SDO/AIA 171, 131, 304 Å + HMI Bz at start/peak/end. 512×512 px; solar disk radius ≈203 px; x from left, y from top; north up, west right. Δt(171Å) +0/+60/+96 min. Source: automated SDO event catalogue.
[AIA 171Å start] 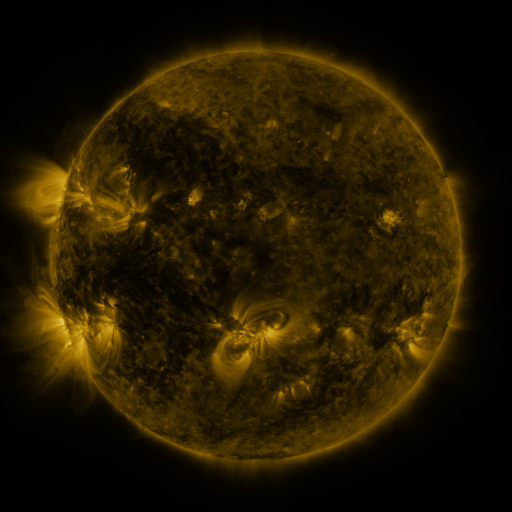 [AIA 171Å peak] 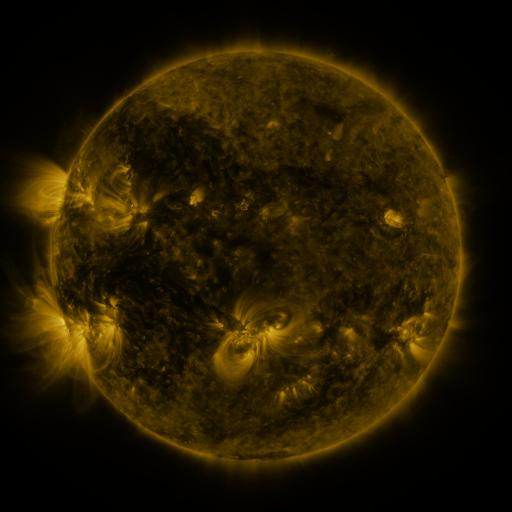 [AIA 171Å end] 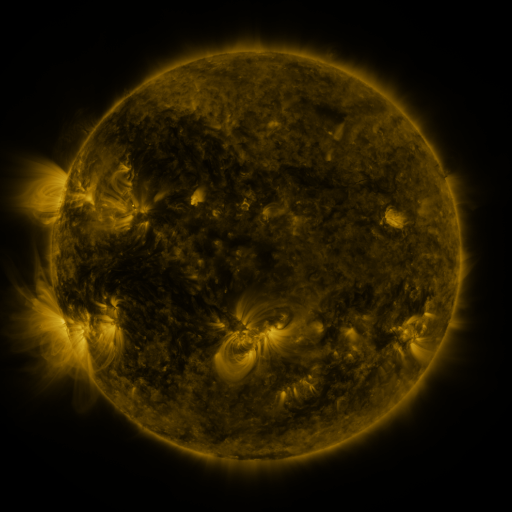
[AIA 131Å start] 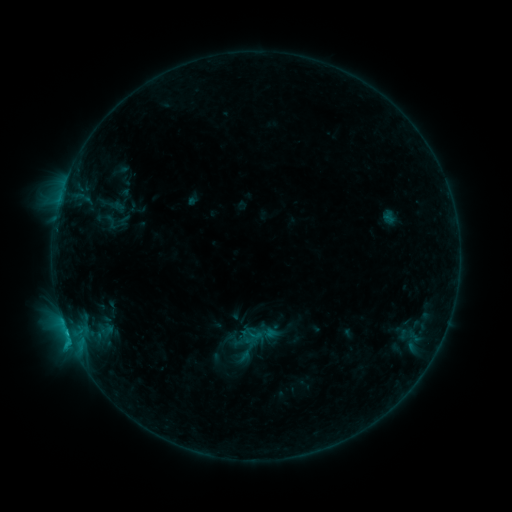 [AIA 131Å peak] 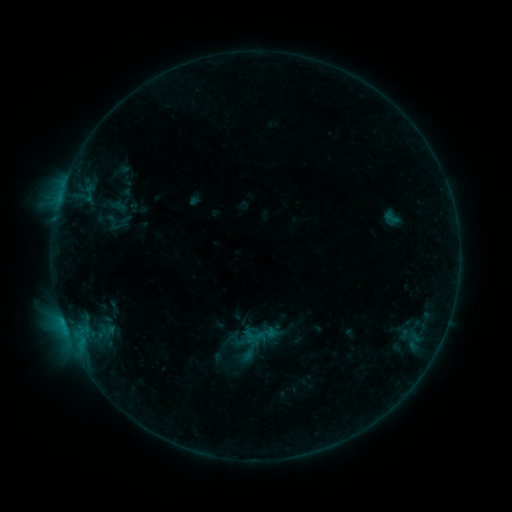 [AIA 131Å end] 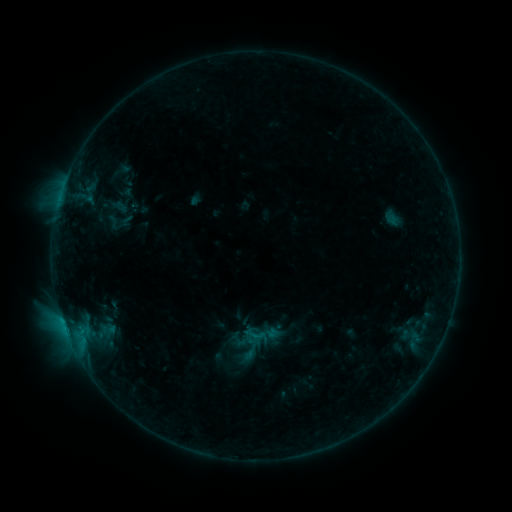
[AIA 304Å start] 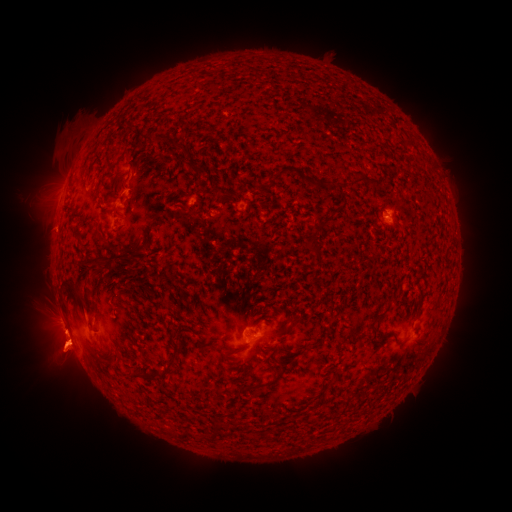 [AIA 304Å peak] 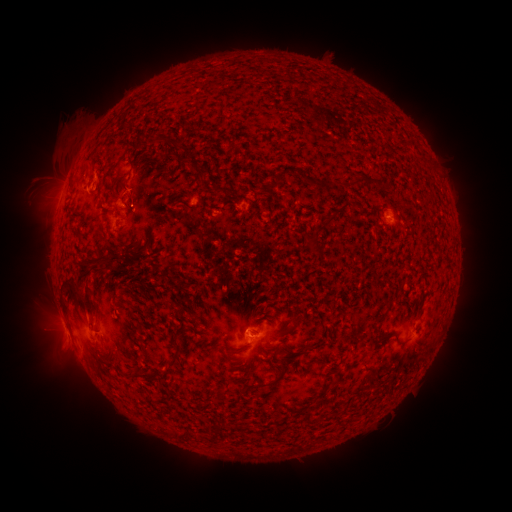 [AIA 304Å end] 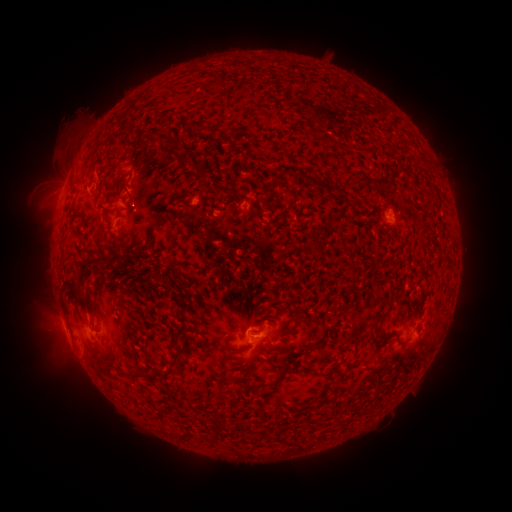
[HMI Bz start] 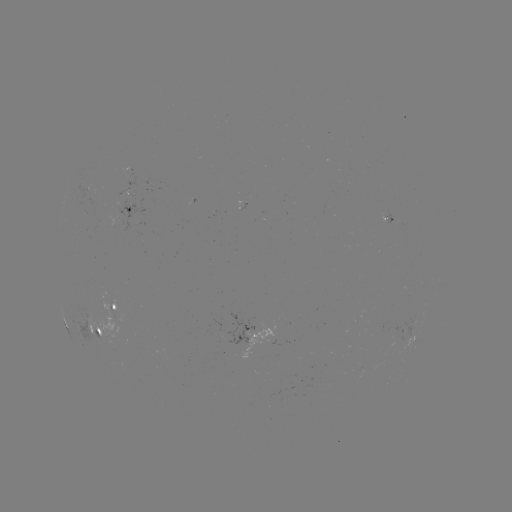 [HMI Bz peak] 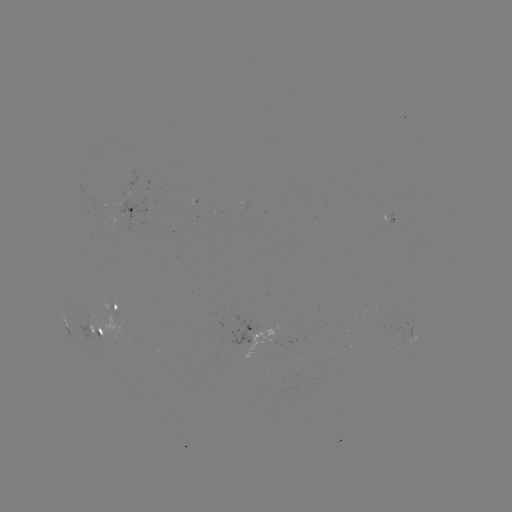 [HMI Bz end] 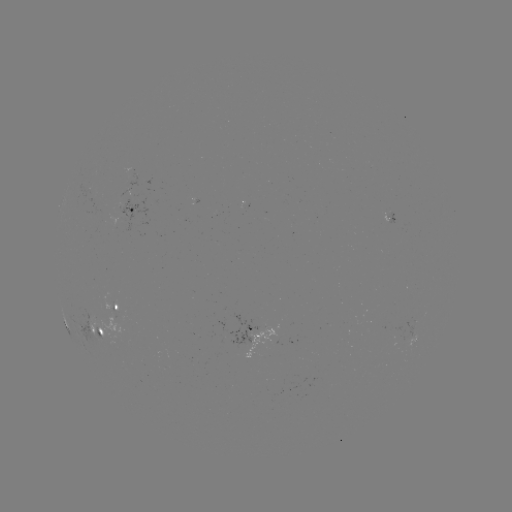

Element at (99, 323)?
emerging-flux region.